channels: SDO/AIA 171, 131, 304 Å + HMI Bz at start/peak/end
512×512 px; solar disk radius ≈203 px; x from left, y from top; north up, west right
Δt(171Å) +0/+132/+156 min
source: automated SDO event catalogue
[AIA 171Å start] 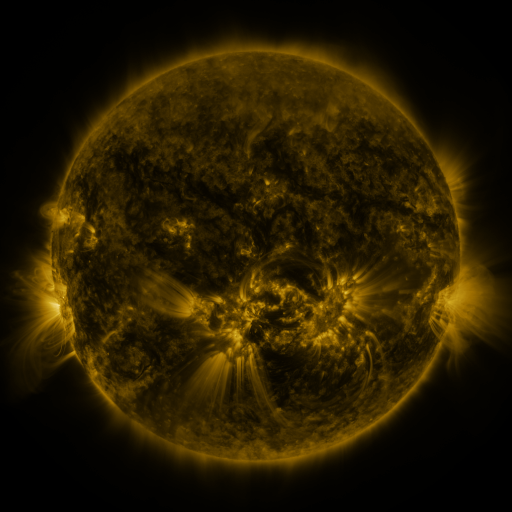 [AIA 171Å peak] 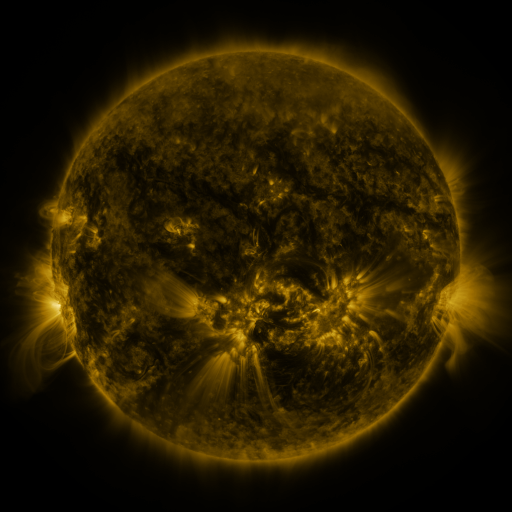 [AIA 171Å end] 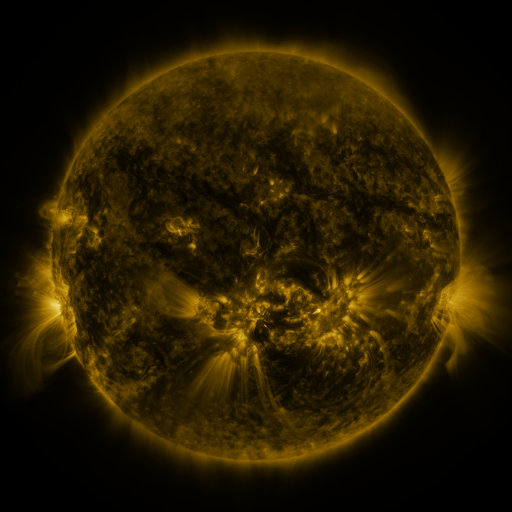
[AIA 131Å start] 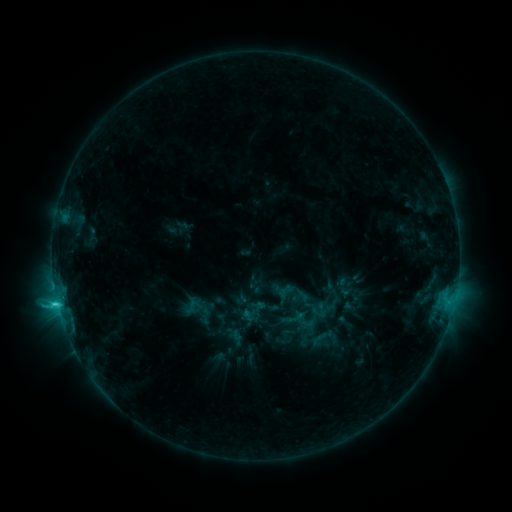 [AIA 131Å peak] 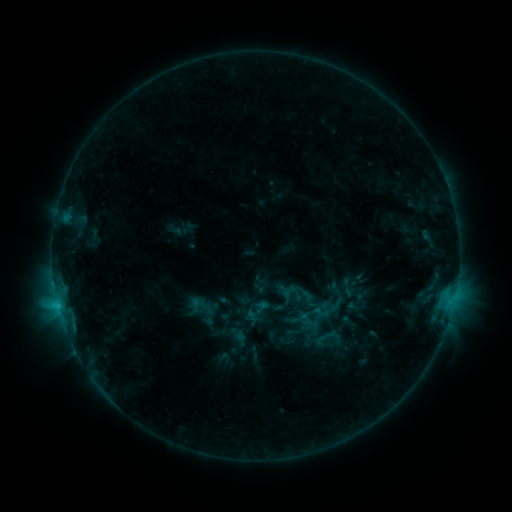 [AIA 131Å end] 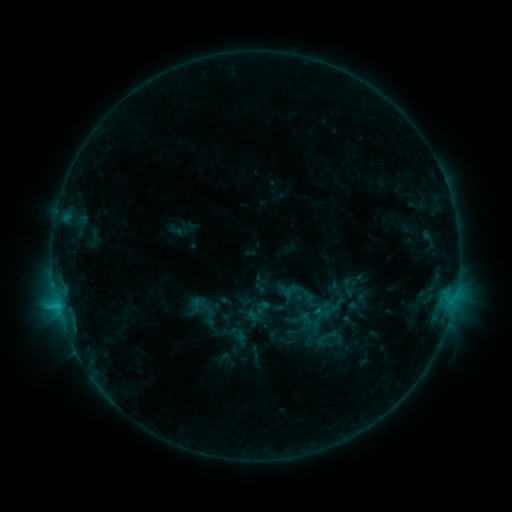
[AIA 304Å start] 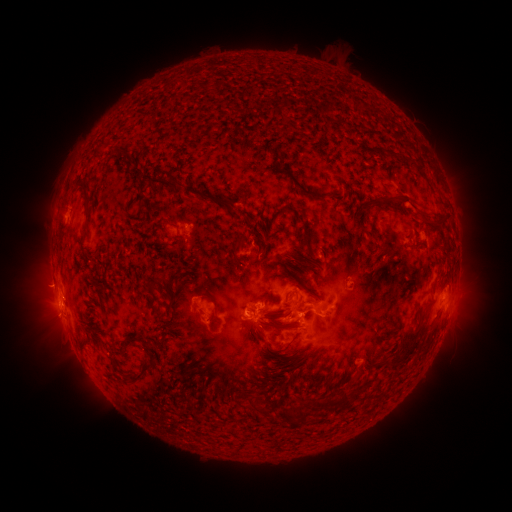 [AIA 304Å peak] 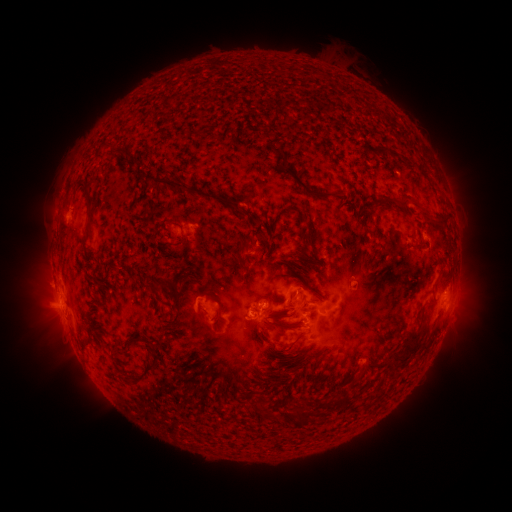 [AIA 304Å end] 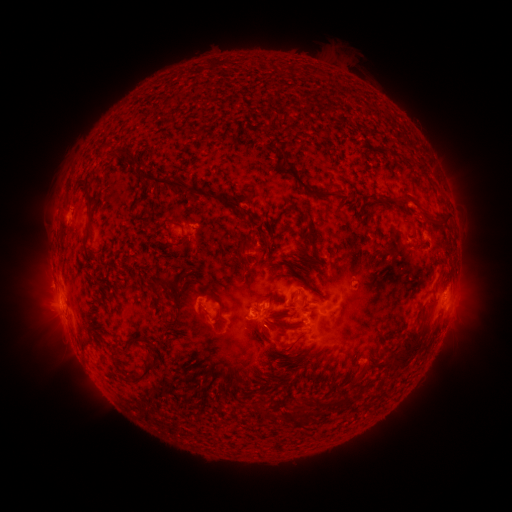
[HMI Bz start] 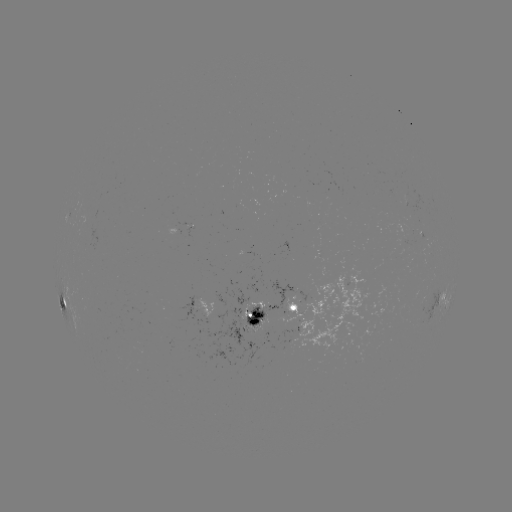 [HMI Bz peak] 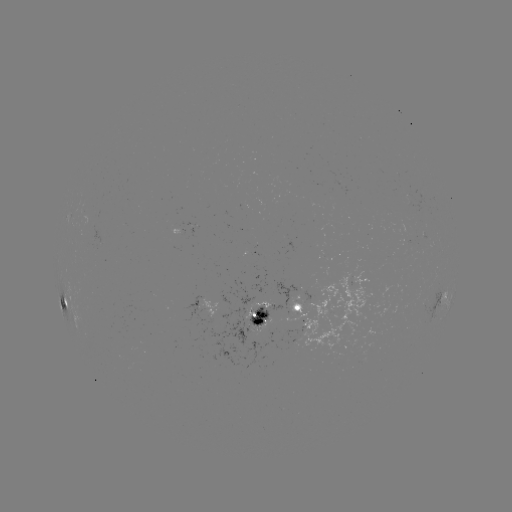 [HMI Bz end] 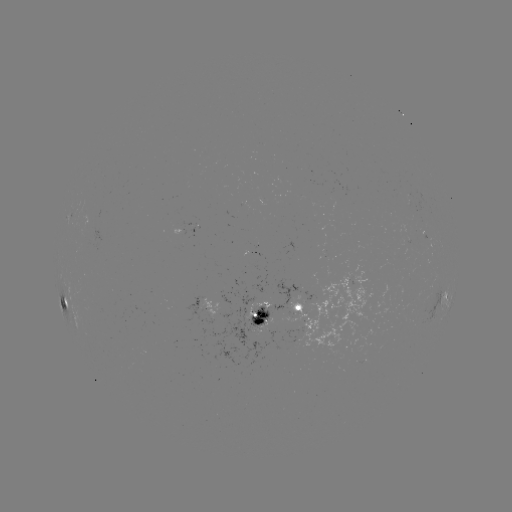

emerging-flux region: [227, 288, 270, 319]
